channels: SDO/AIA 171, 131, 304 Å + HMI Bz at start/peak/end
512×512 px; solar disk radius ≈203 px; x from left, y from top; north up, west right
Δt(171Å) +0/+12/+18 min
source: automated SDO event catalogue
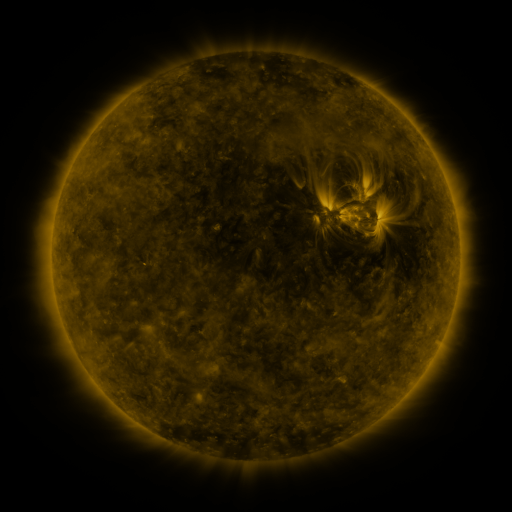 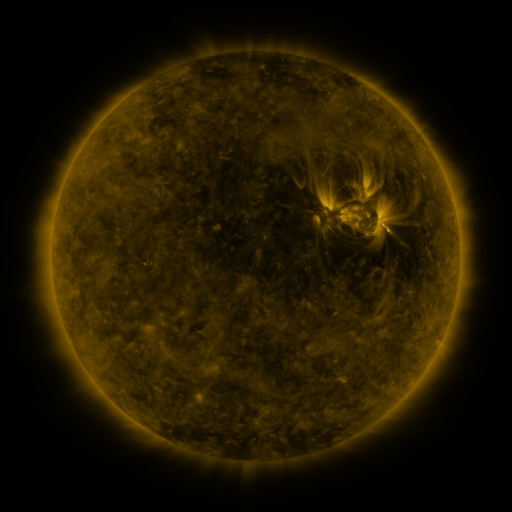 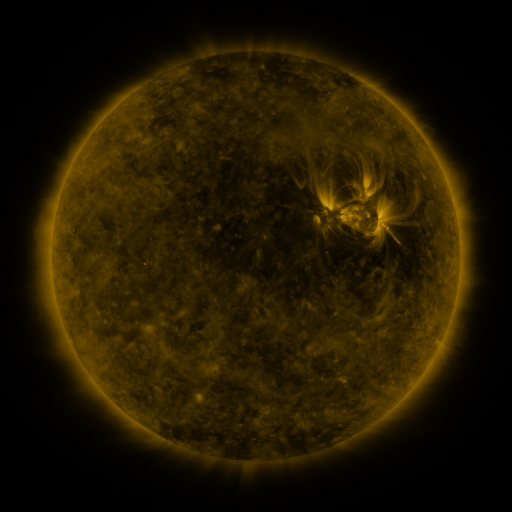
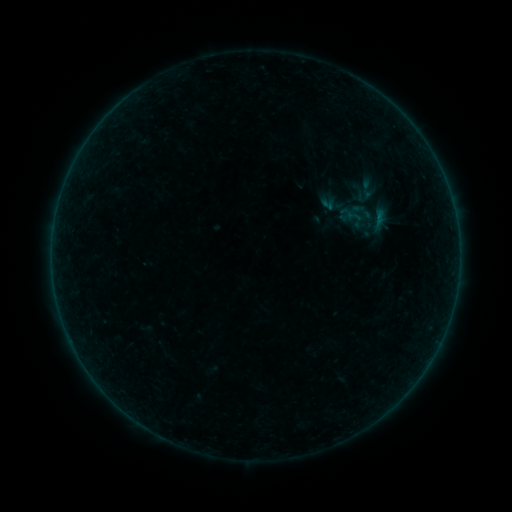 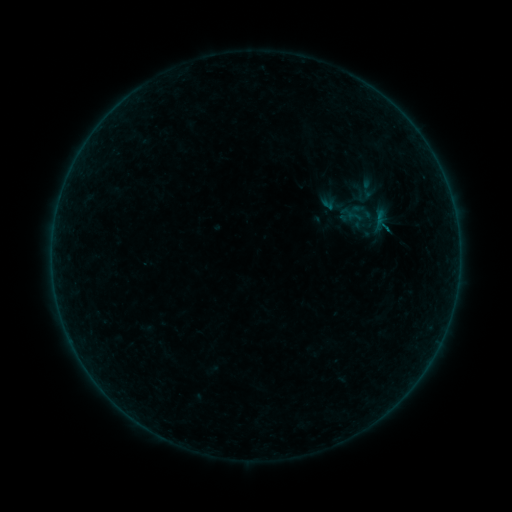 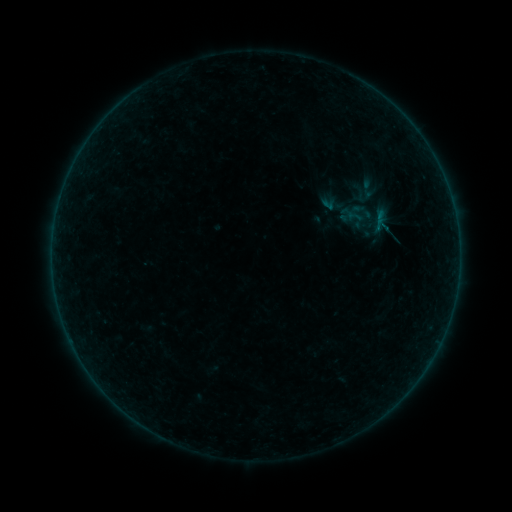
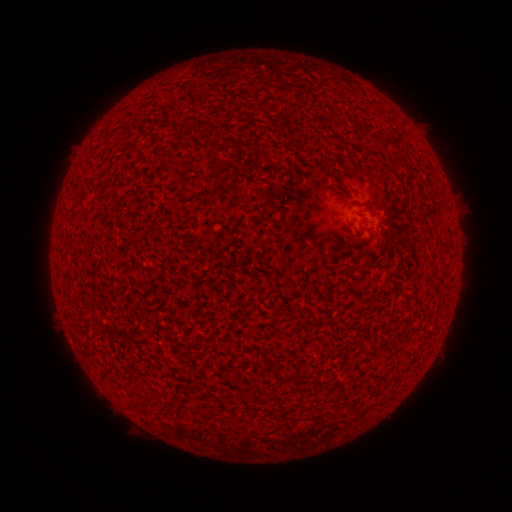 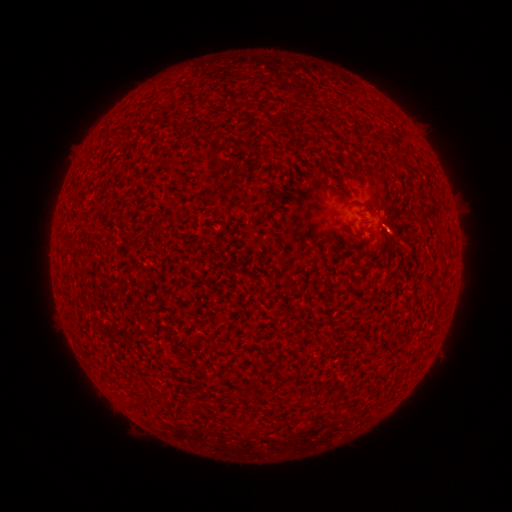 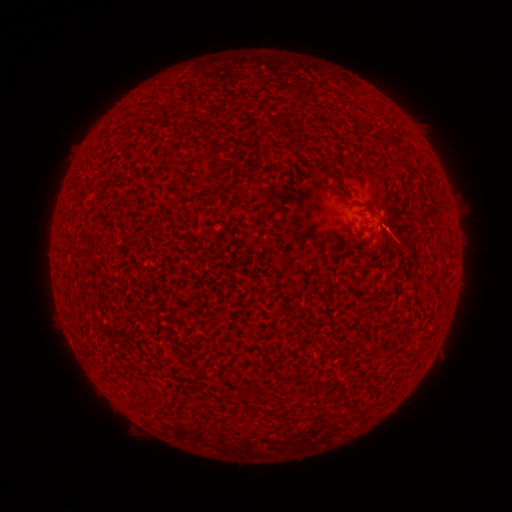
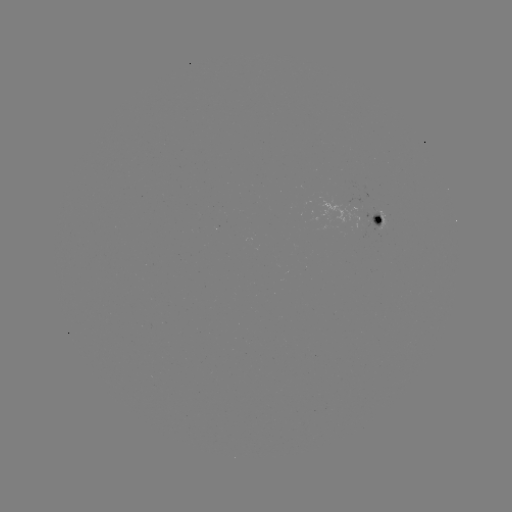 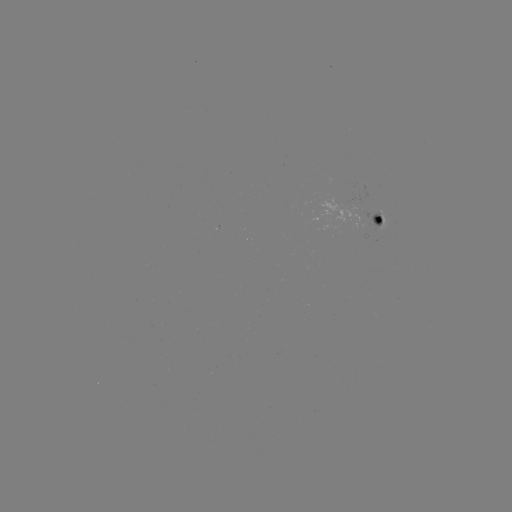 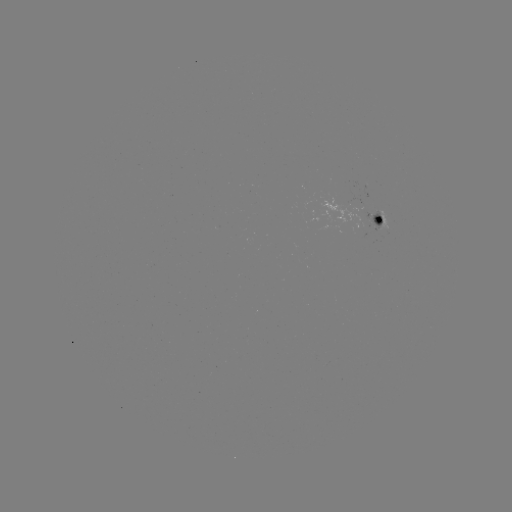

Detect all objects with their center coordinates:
A4.3 flare: (384, 230)
